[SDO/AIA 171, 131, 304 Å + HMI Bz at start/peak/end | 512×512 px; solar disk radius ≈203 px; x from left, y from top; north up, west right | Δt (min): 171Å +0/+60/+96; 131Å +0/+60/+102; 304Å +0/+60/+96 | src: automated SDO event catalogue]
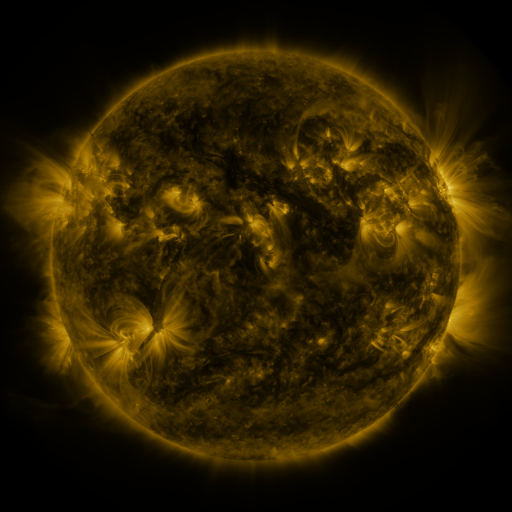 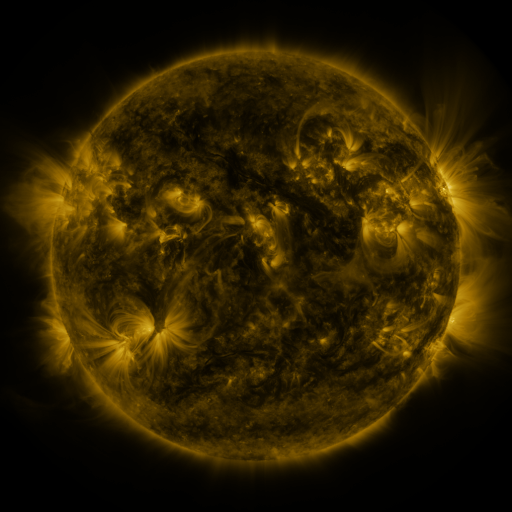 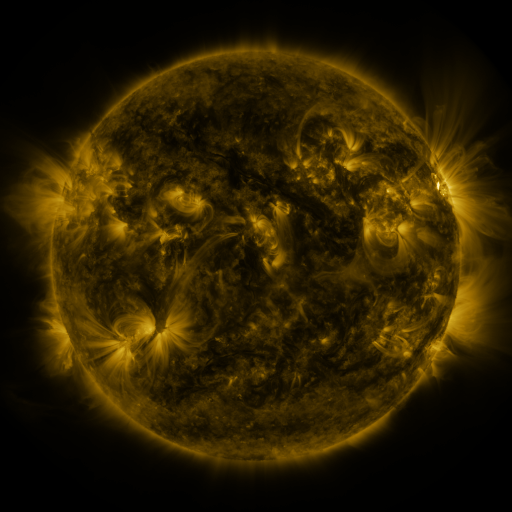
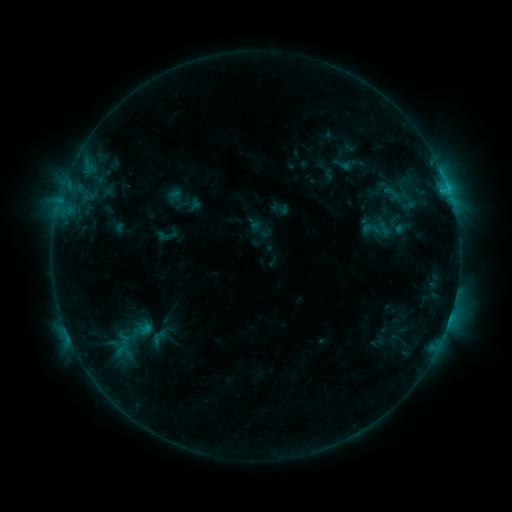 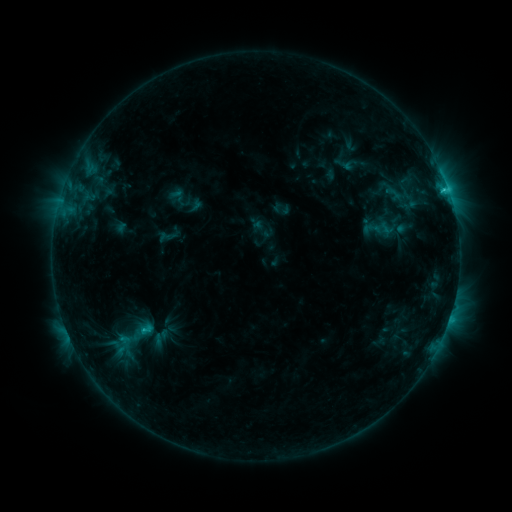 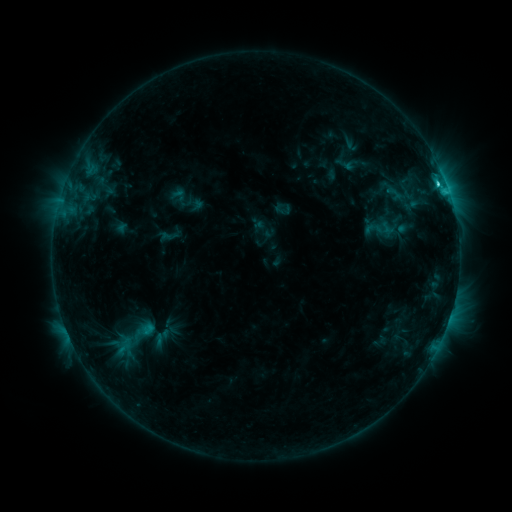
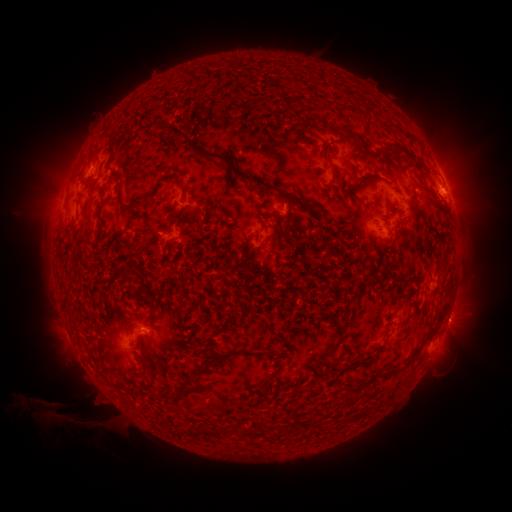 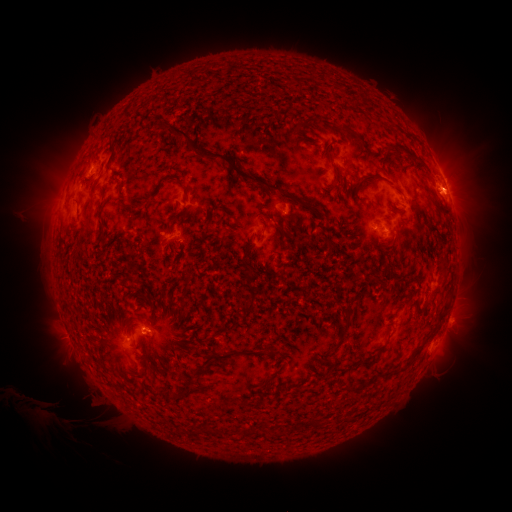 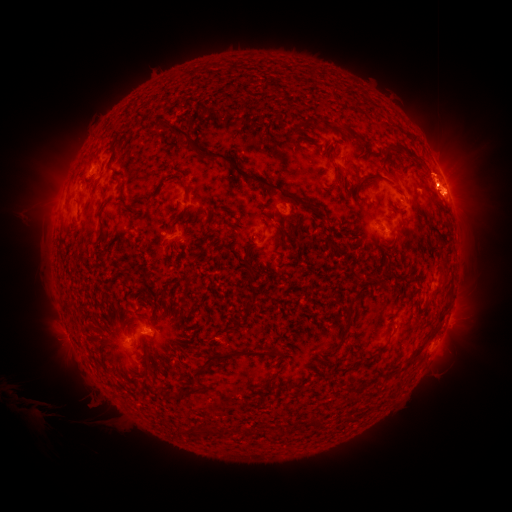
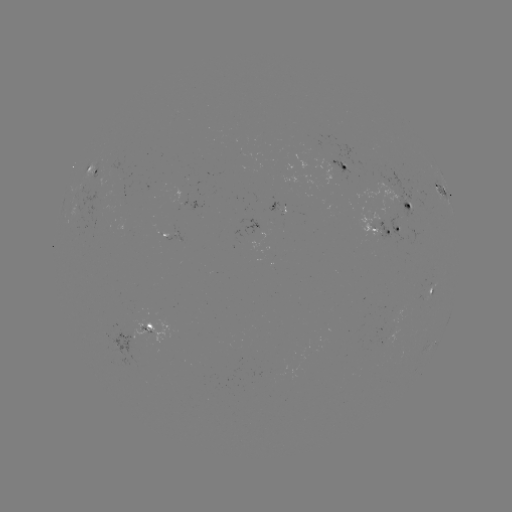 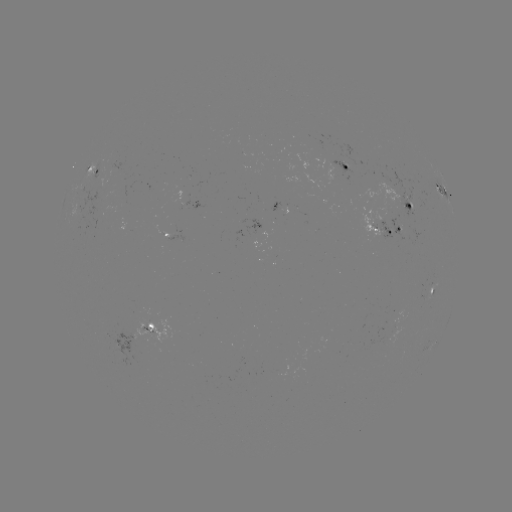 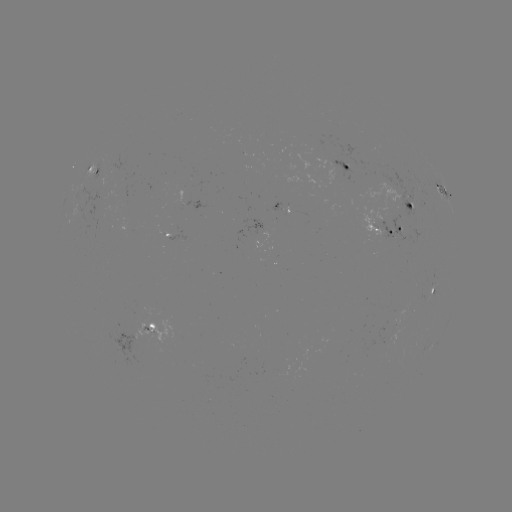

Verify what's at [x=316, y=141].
emerging-flux region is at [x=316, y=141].